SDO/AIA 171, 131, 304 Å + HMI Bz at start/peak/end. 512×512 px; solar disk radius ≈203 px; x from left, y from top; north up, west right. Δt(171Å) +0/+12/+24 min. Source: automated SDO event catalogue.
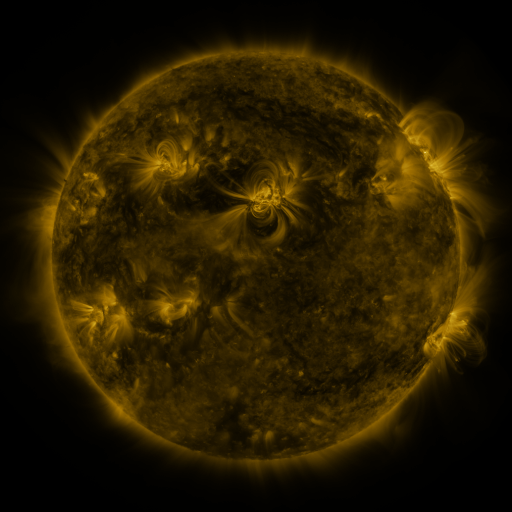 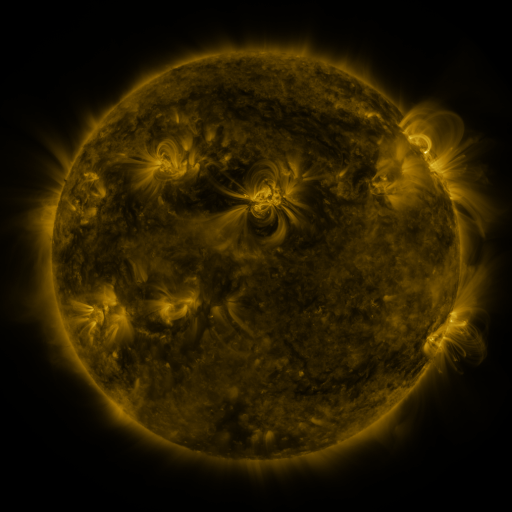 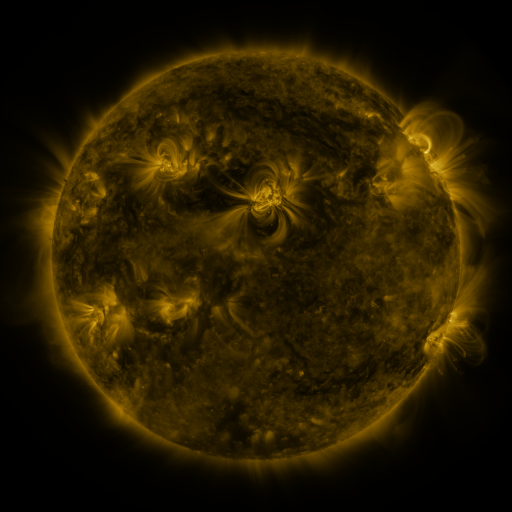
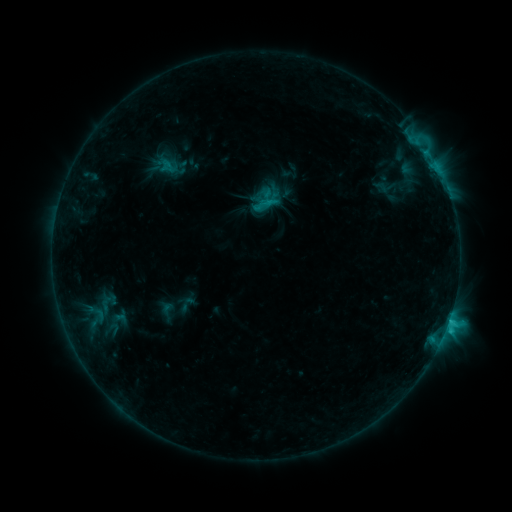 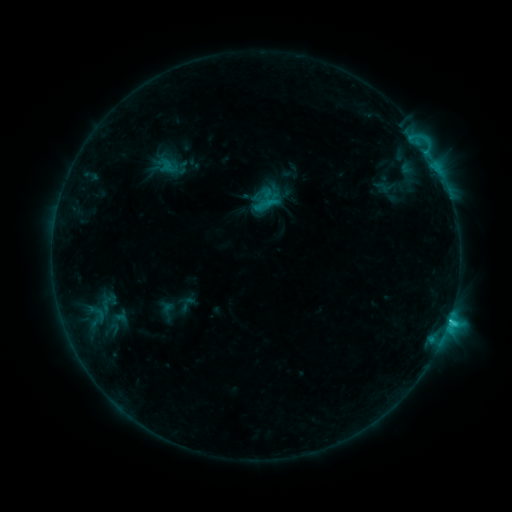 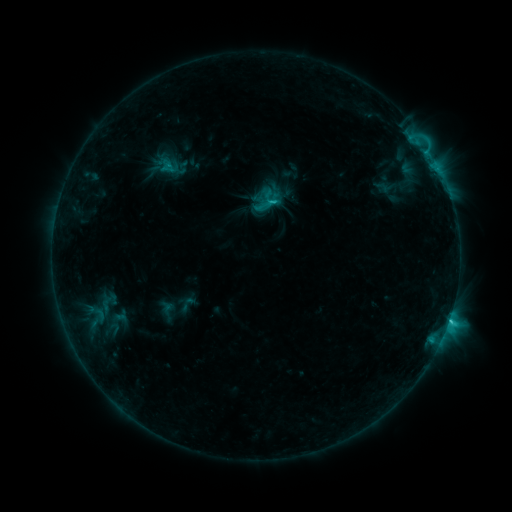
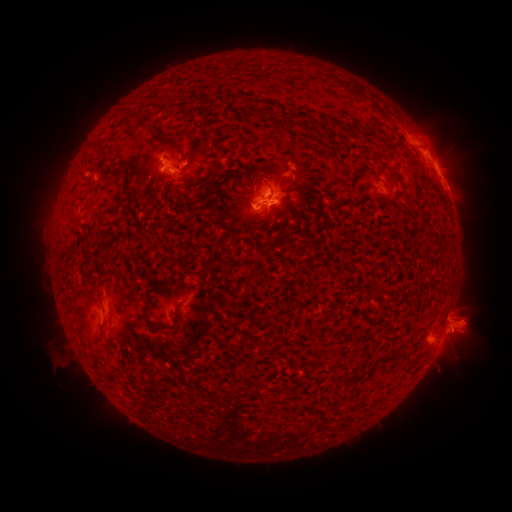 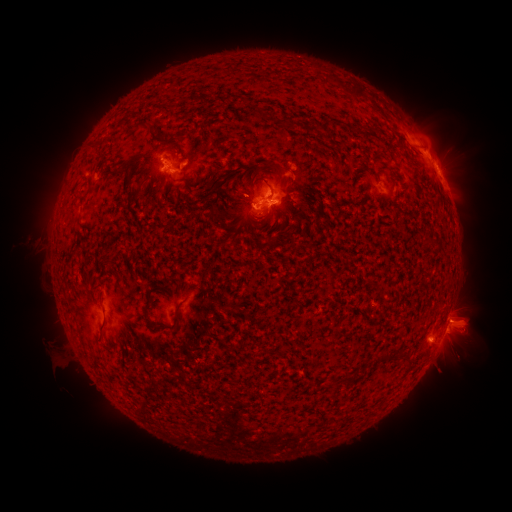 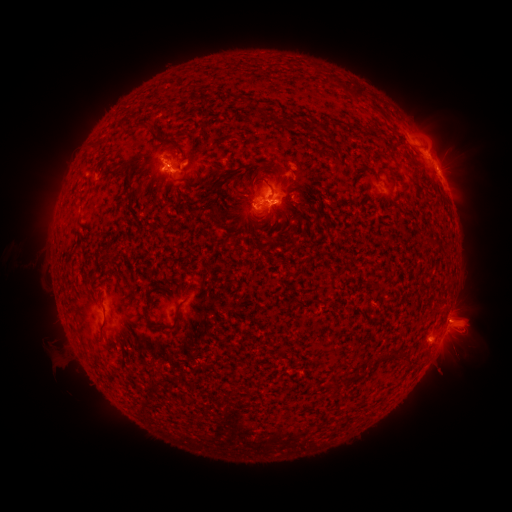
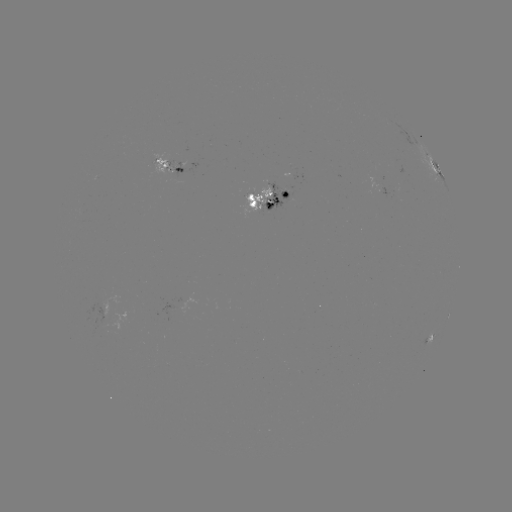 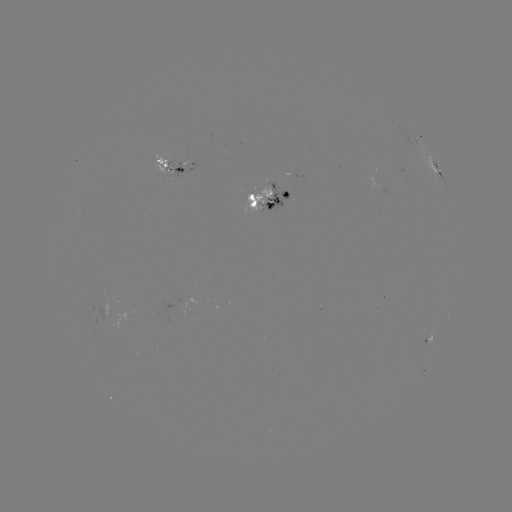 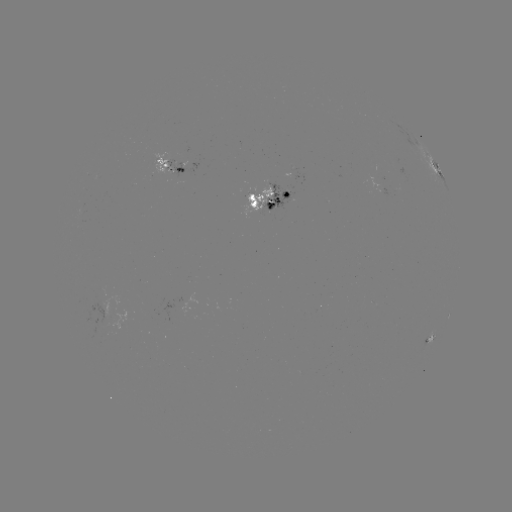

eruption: (7, 212, 64, 272)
